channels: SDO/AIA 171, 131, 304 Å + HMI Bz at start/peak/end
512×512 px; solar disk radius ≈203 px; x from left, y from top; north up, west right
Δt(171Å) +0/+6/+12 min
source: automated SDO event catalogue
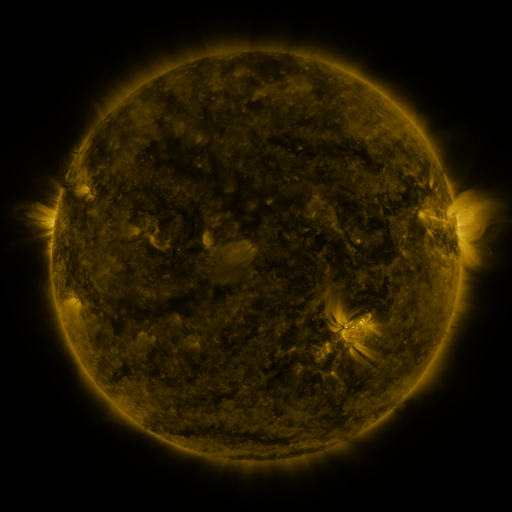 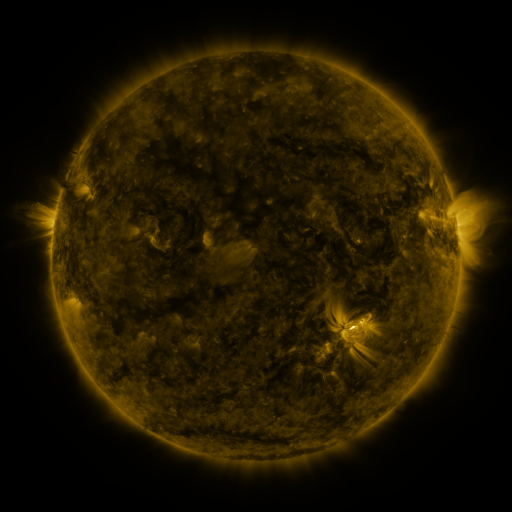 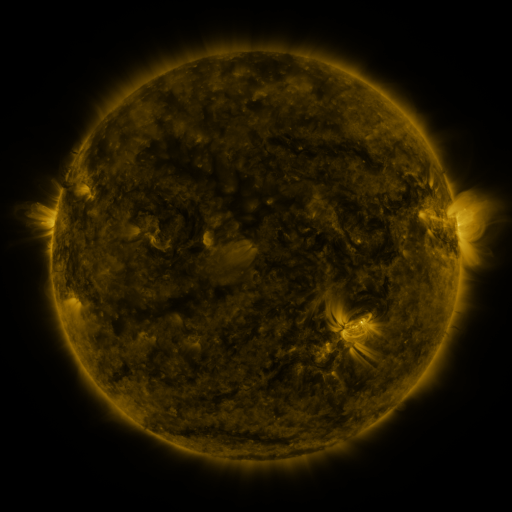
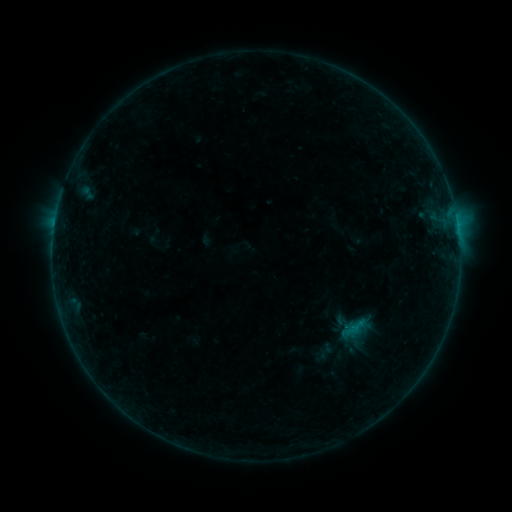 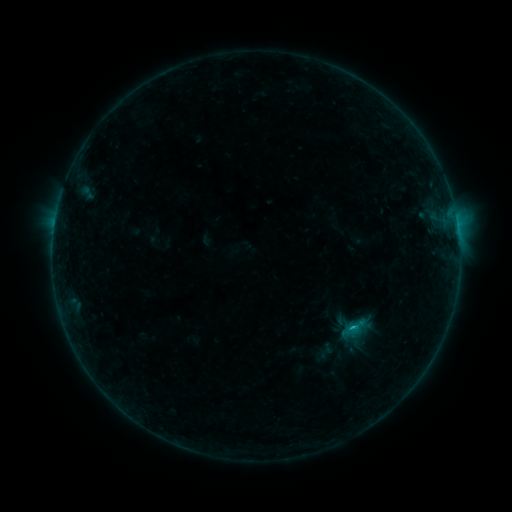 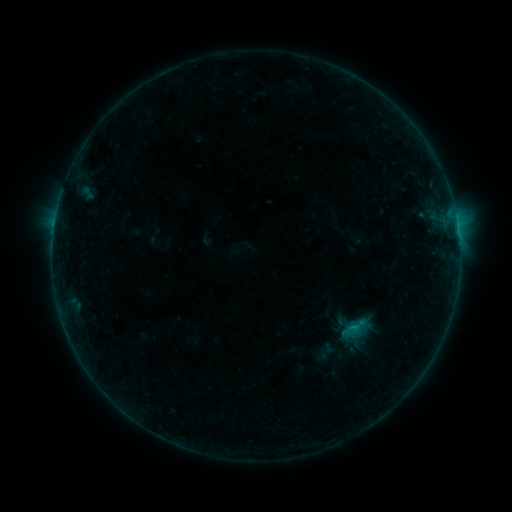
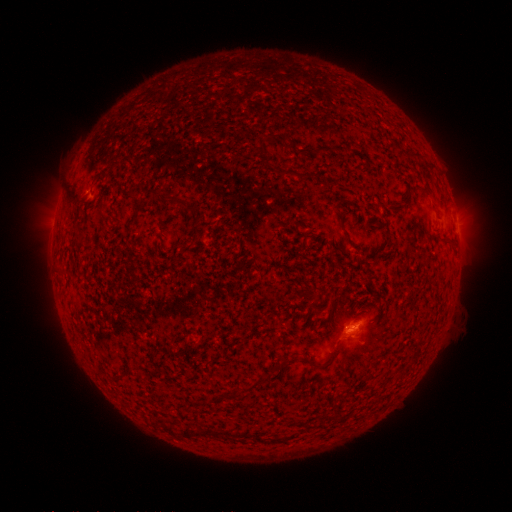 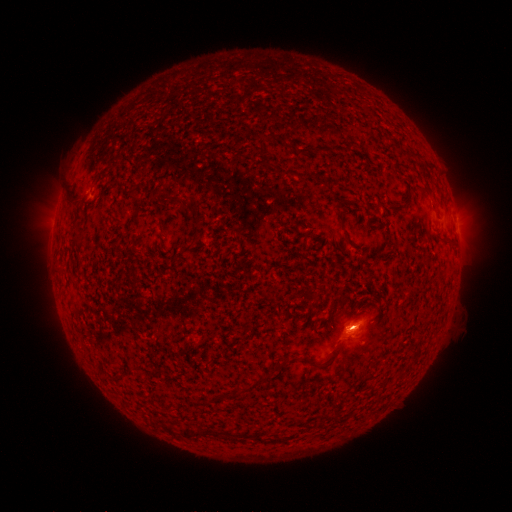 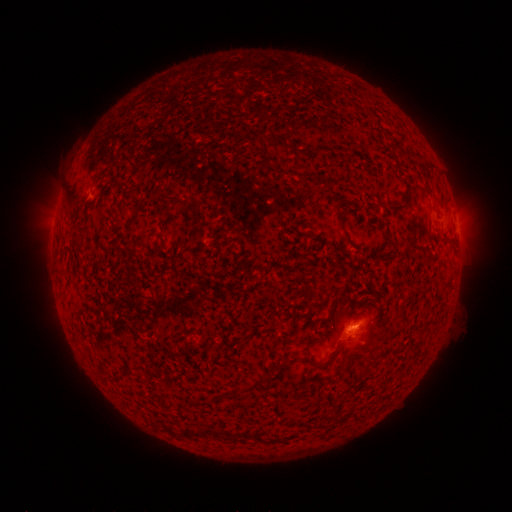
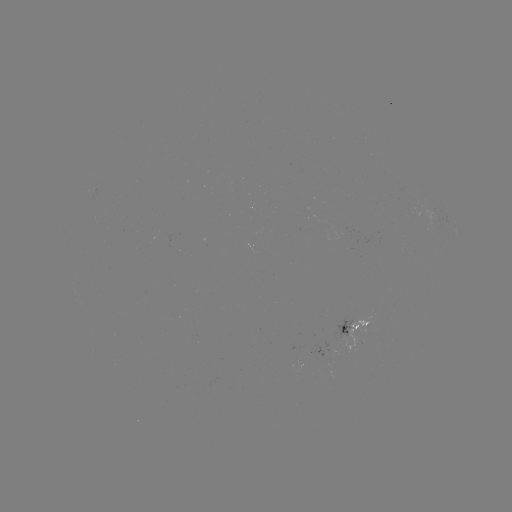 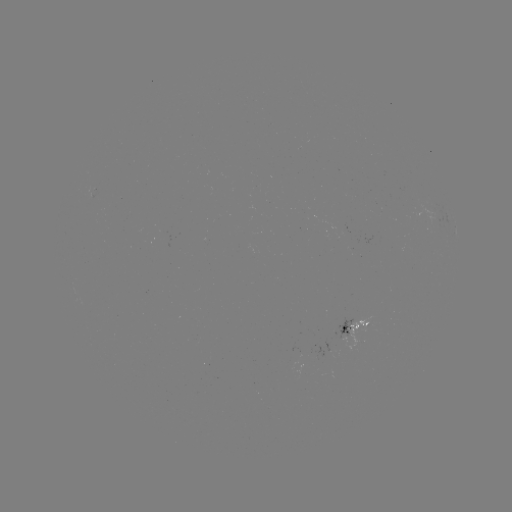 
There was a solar flare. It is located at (351, 325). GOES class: B3.1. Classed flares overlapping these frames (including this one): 1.